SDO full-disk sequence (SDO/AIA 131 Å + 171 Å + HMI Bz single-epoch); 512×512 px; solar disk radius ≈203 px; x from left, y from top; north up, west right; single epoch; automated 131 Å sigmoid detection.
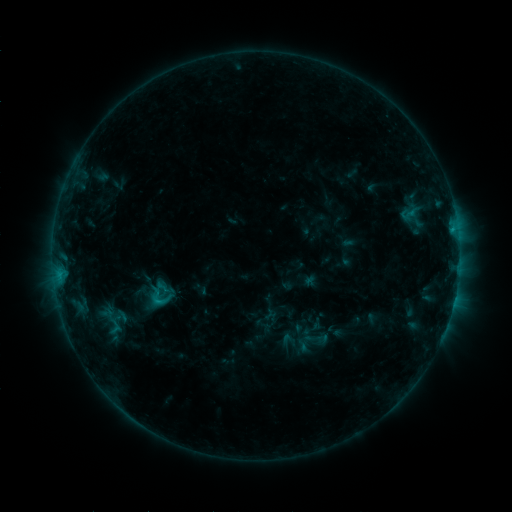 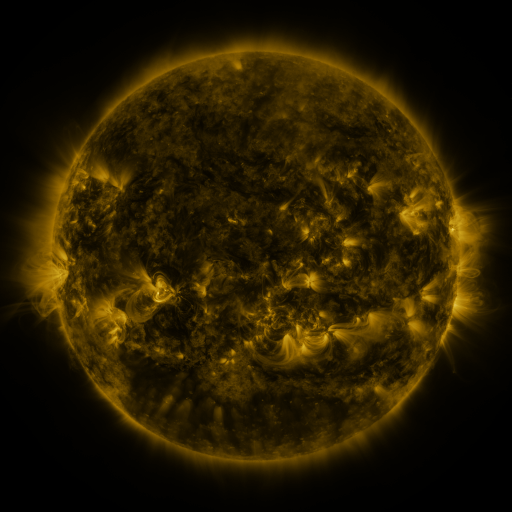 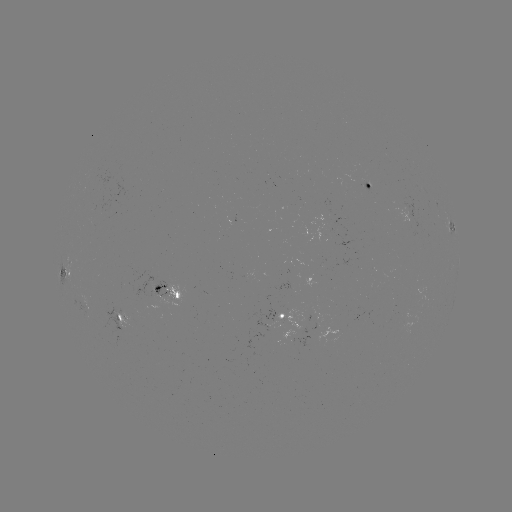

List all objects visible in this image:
sigmoid: [143, 283, 176, 310]
